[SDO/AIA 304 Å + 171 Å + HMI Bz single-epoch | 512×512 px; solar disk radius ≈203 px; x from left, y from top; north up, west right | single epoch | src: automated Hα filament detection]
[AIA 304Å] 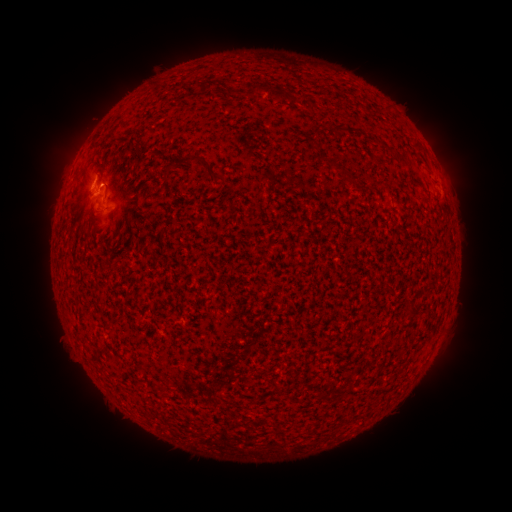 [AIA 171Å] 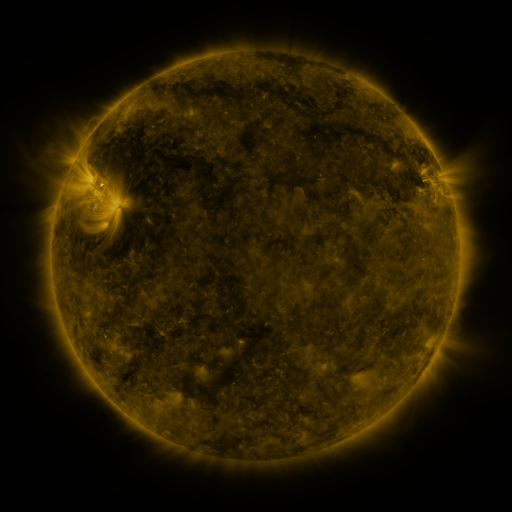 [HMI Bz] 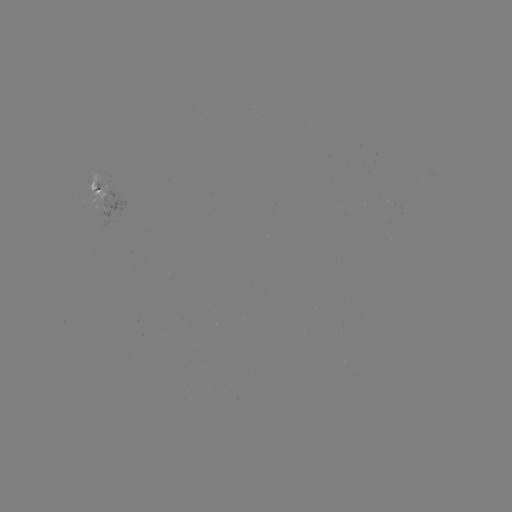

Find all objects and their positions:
filament: (201, 80, 211, 92)
filament: (252, 84, 261, 97)
filament: (276, 89, 288, 100)
filament: (290, 98, 300, 107)
filament: (188, 154, 204, 165)
filament: (398, 157, 409, 168)
